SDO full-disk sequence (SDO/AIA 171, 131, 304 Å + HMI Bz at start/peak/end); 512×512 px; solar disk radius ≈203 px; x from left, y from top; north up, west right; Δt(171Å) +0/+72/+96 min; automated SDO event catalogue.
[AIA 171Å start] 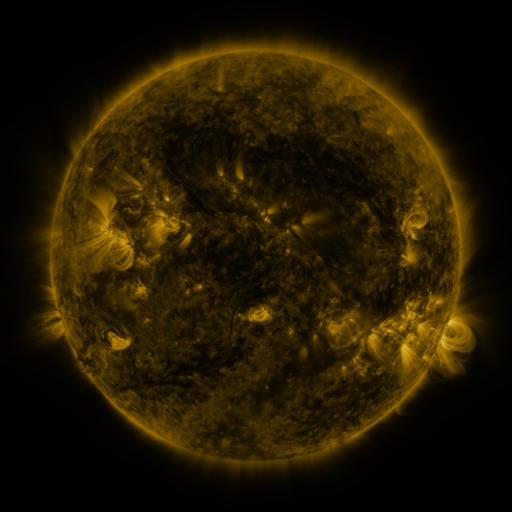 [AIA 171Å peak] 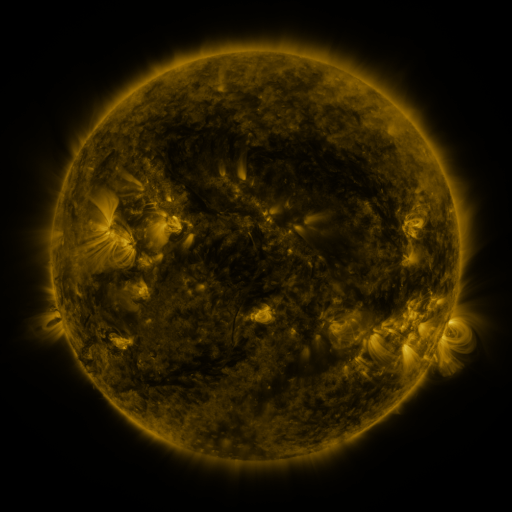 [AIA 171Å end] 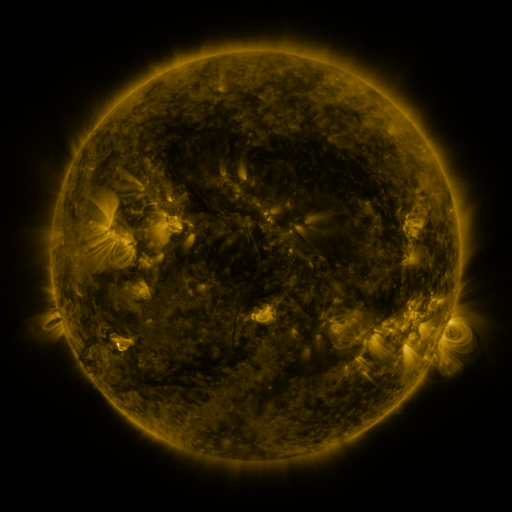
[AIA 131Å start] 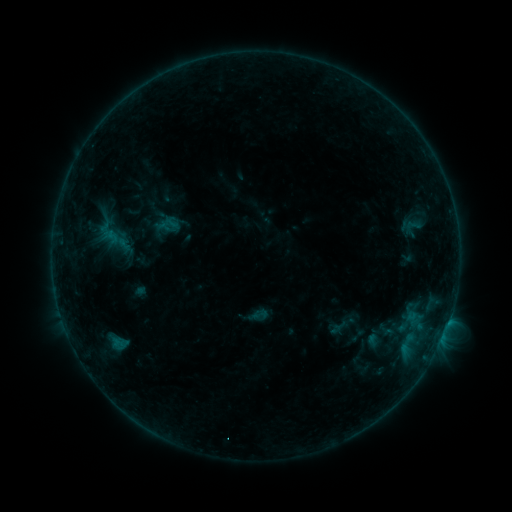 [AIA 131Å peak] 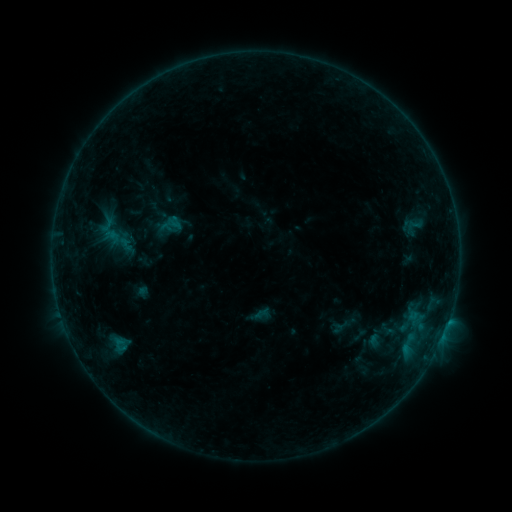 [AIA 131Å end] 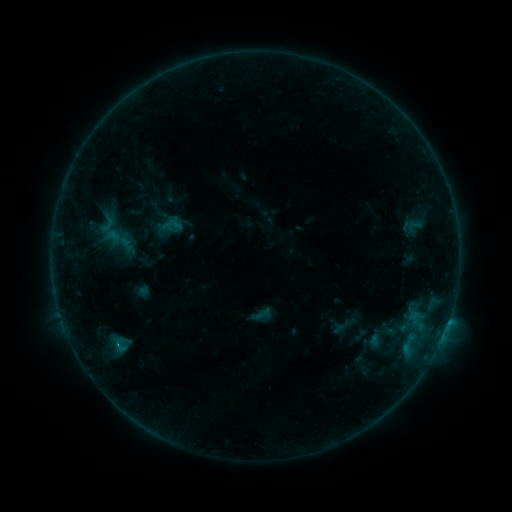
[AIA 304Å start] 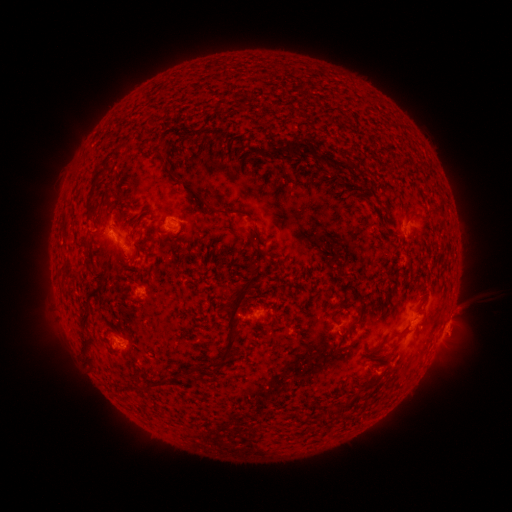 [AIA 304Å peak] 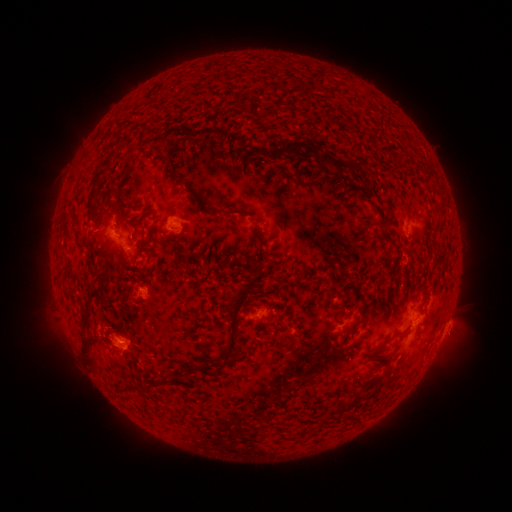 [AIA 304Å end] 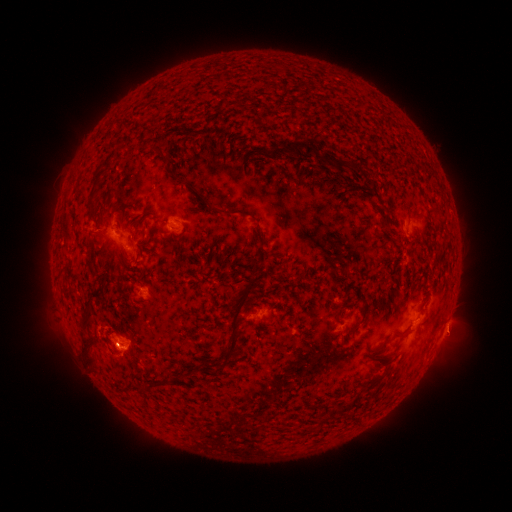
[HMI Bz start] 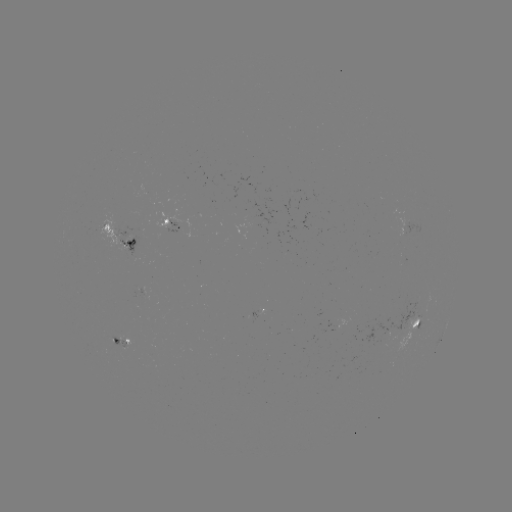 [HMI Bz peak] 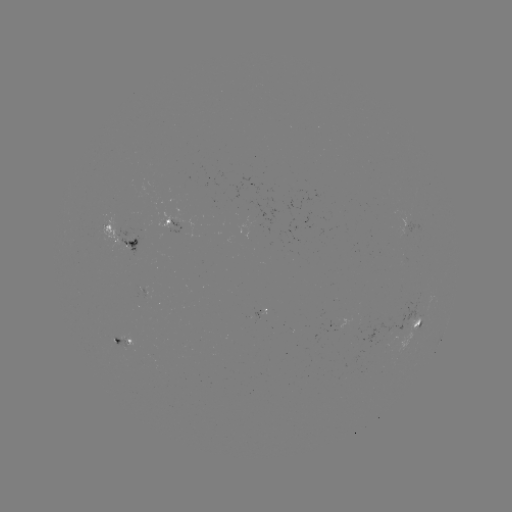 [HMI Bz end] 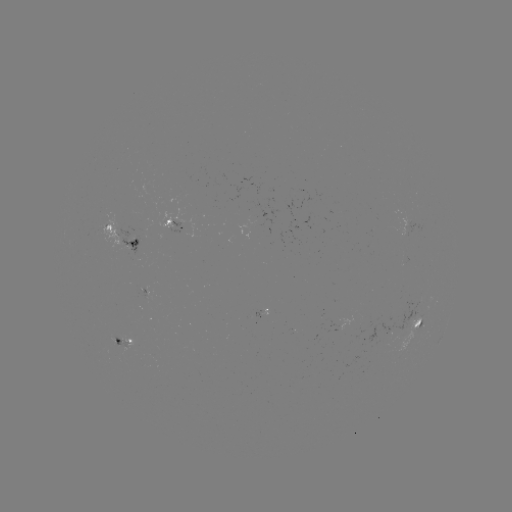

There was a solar emerging-flux region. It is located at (148, 291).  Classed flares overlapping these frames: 2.